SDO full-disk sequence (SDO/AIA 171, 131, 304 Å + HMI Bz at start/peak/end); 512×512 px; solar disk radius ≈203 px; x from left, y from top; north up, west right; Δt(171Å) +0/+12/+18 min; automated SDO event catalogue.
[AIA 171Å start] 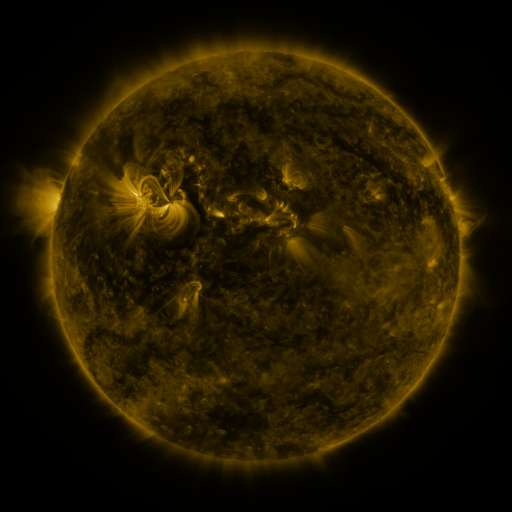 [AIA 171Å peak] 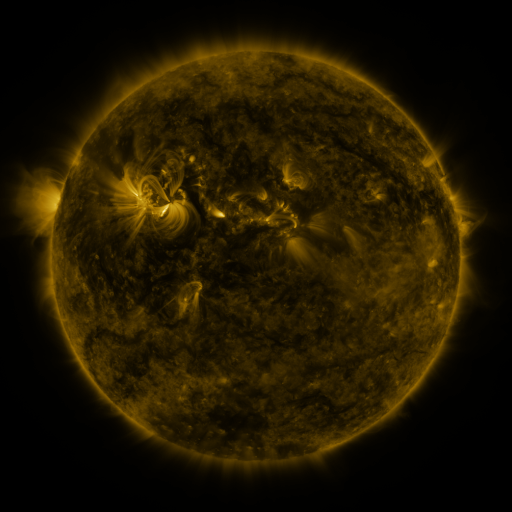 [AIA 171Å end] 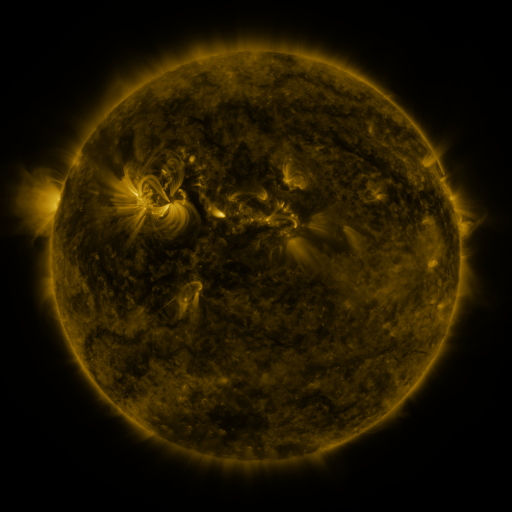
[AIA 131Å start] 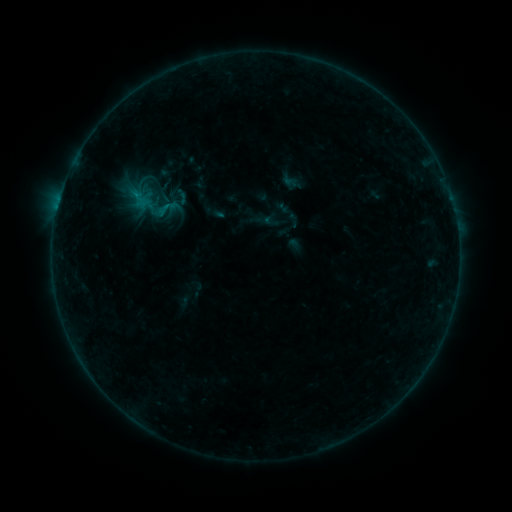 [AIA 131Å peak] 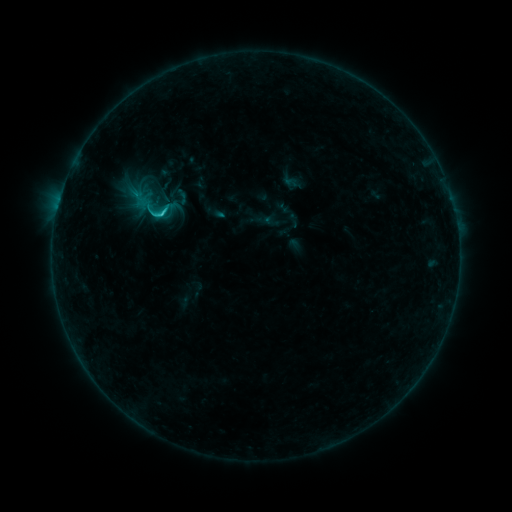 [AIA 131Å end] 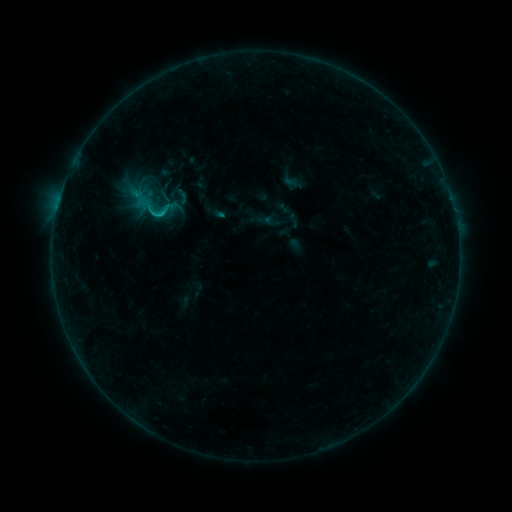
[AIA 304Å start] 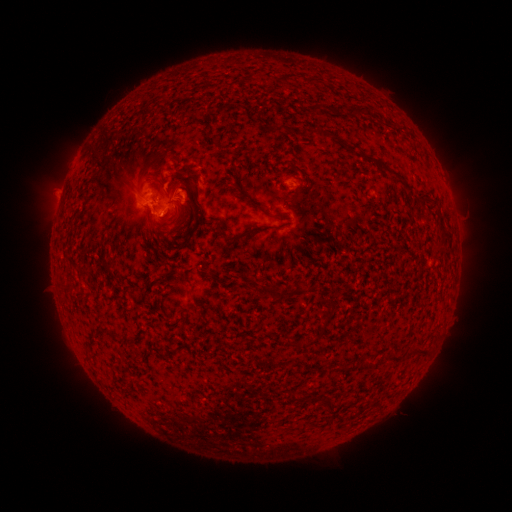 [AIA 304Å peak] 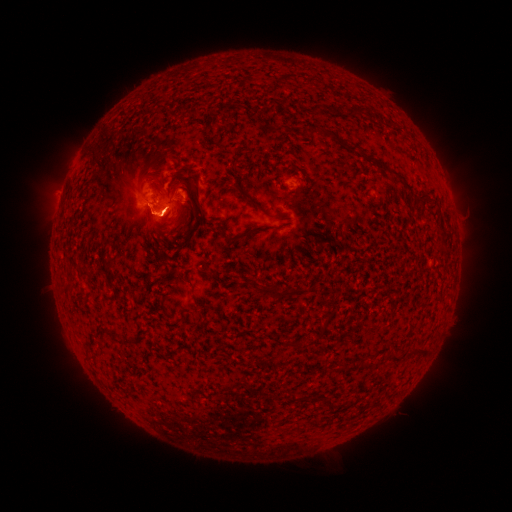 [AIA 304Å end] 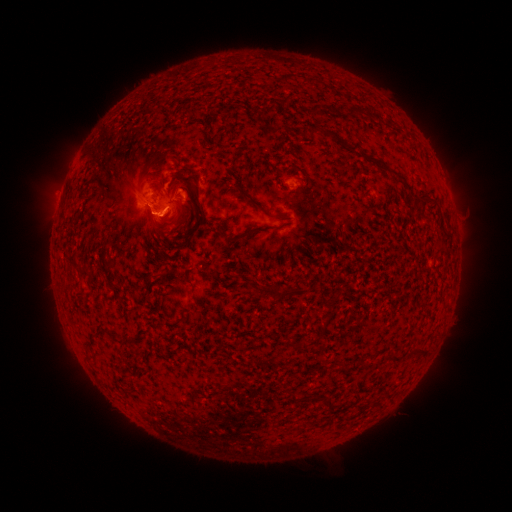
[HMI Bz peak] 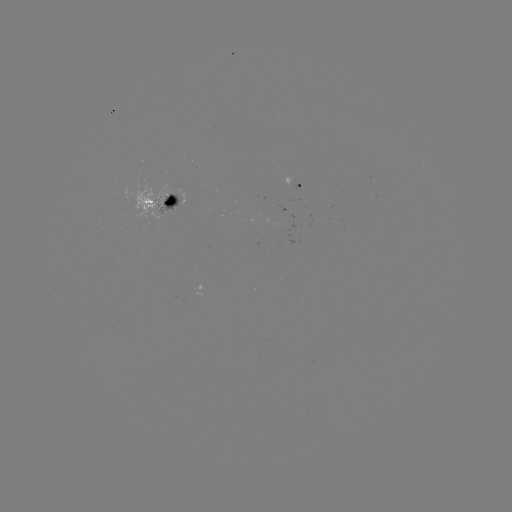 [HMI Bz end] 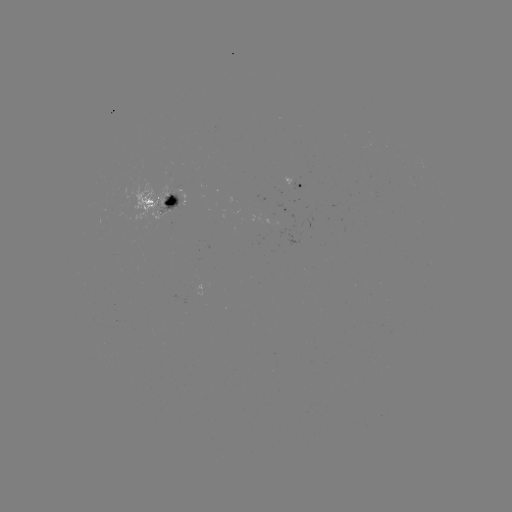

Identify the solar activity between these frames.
C1.3 flare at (163, 216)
